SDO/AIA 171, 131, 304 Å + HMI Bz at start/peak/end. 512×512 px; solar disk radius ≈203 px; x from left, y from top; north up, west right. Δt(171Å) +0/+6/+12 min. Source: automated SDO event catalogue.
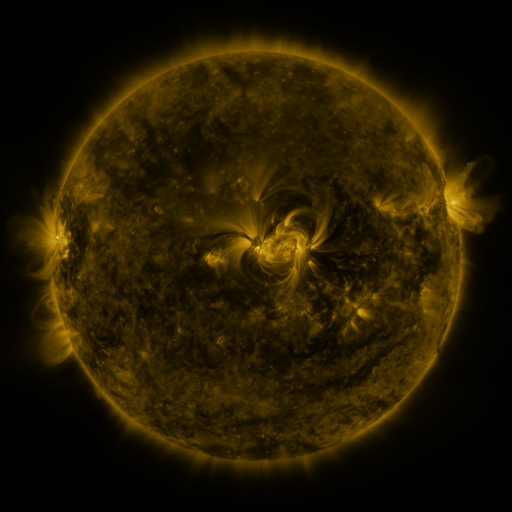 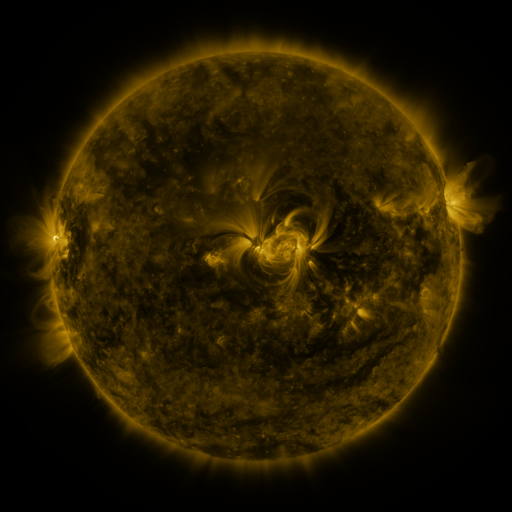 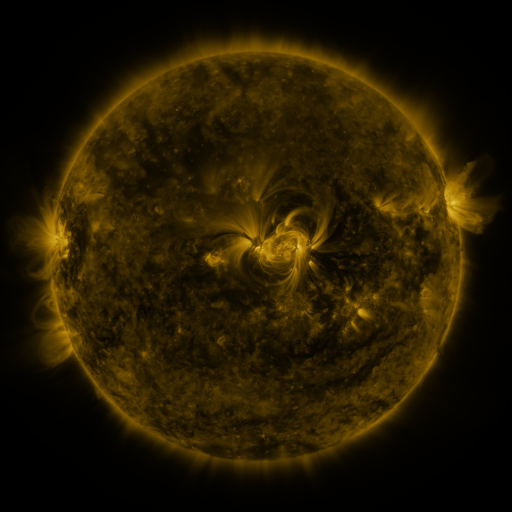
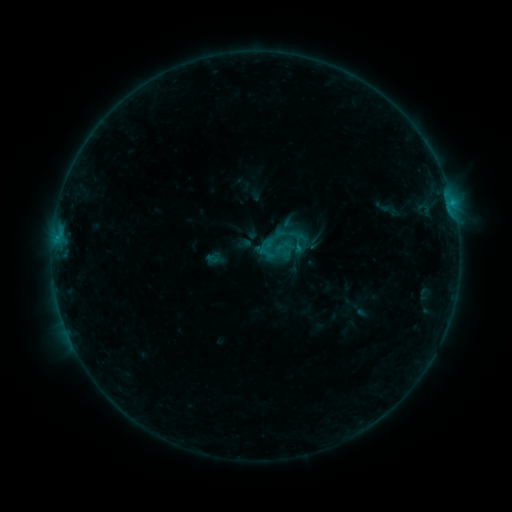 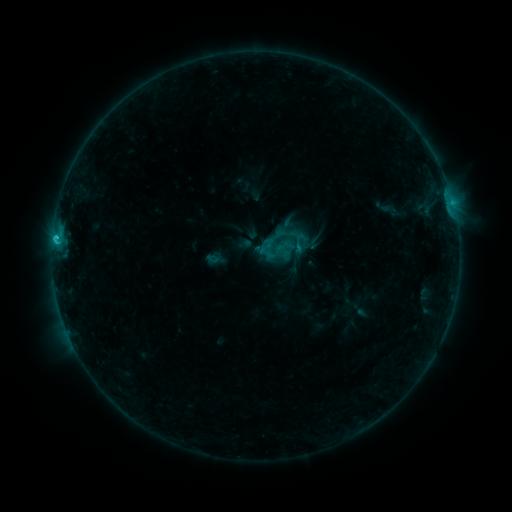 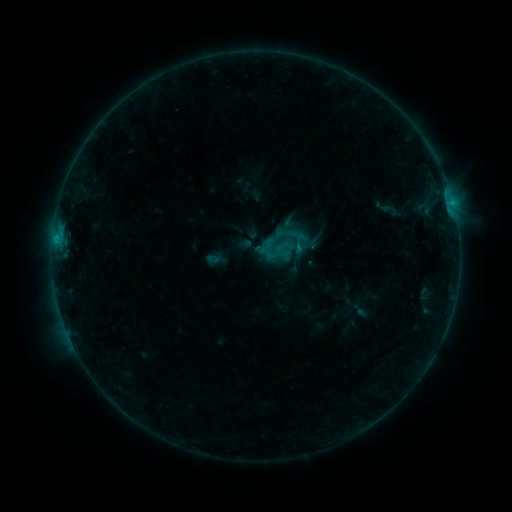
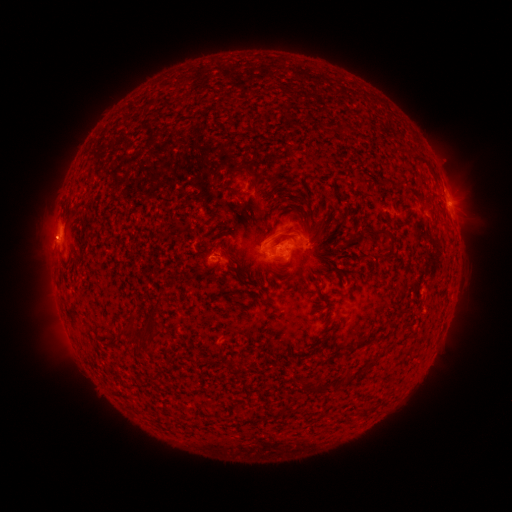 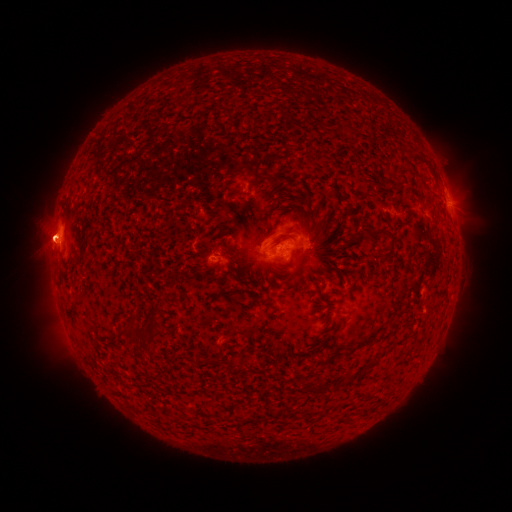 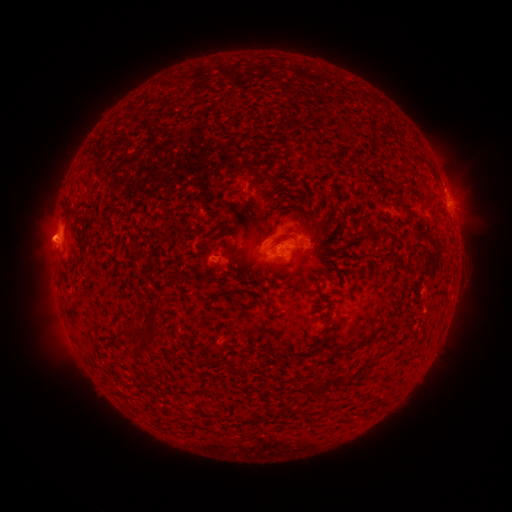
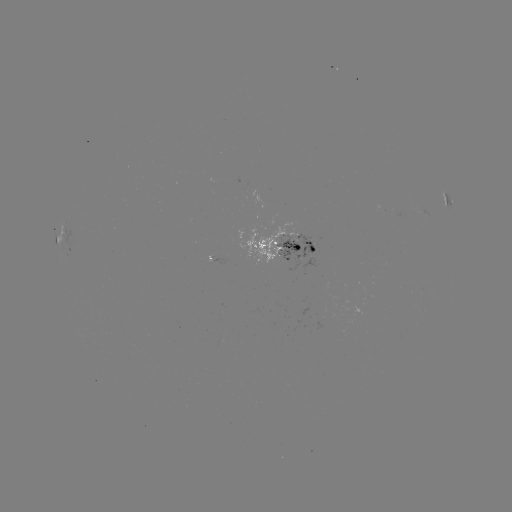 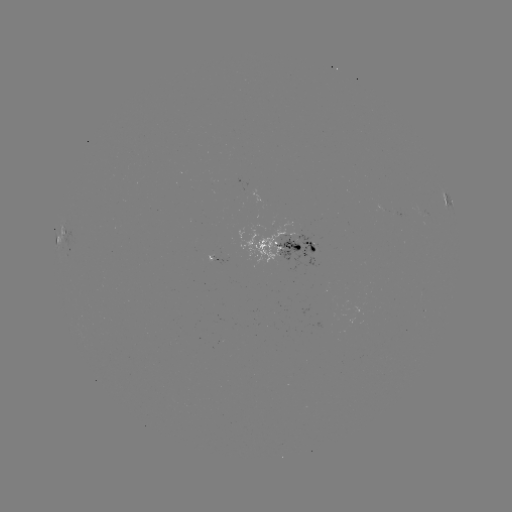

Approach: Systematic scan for C1.0 flare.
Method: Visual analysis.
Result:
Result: C1.0 flare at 55,240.